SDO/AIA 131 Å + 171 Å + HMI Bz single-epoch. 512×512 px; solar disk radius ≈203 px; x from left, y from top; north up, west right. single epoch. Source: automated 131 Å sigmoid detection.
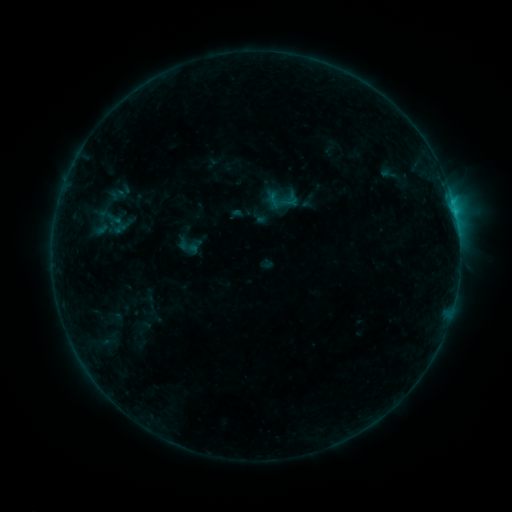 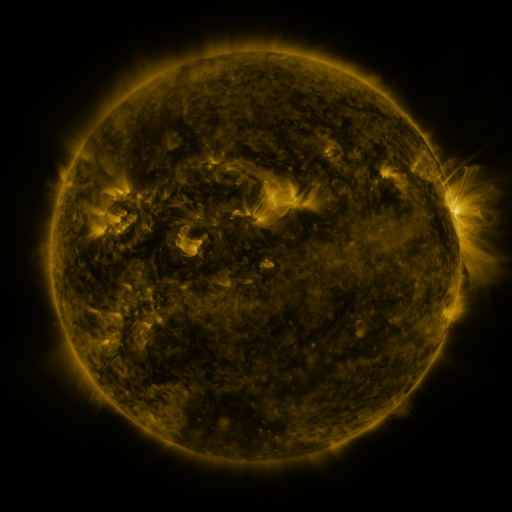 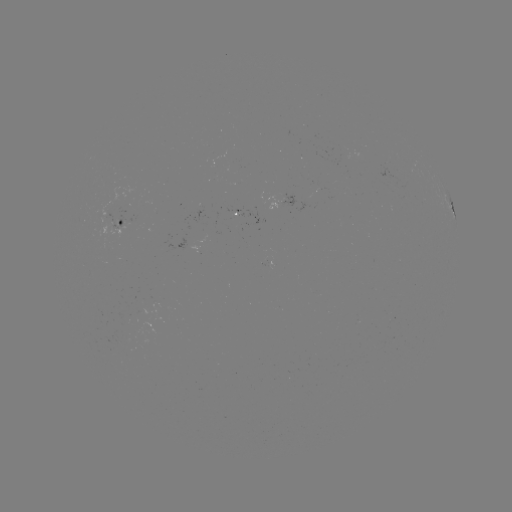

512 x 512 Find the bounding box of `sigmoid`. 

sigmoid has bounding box [263, 181, 300, 219].